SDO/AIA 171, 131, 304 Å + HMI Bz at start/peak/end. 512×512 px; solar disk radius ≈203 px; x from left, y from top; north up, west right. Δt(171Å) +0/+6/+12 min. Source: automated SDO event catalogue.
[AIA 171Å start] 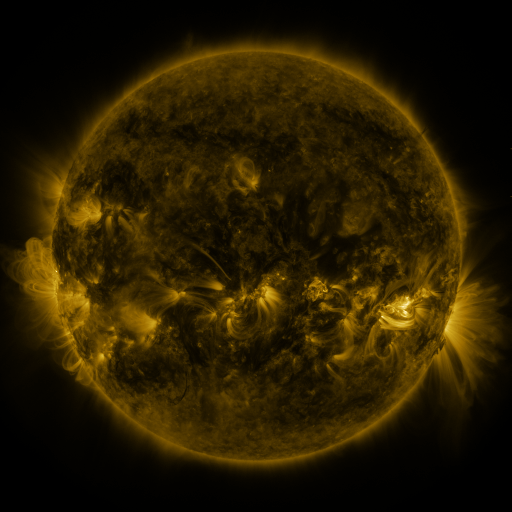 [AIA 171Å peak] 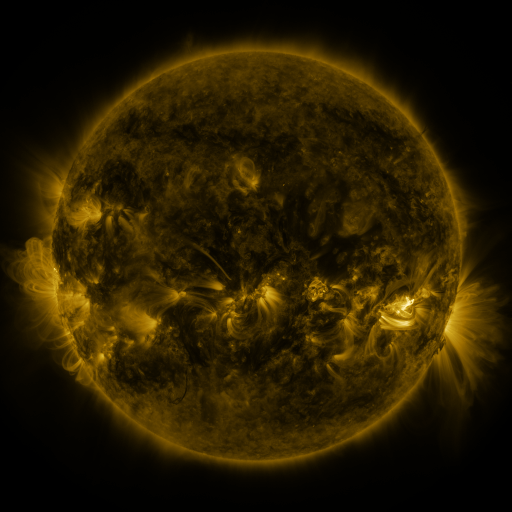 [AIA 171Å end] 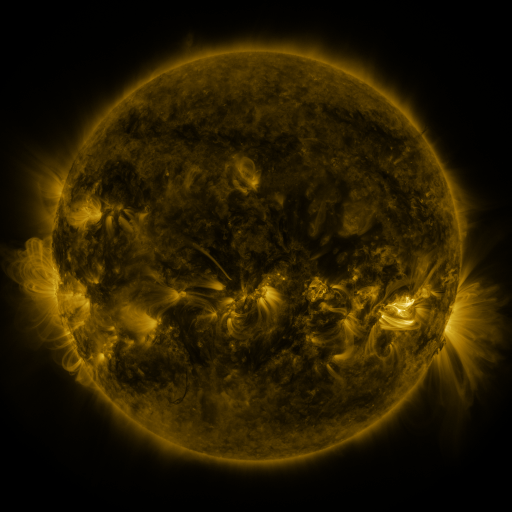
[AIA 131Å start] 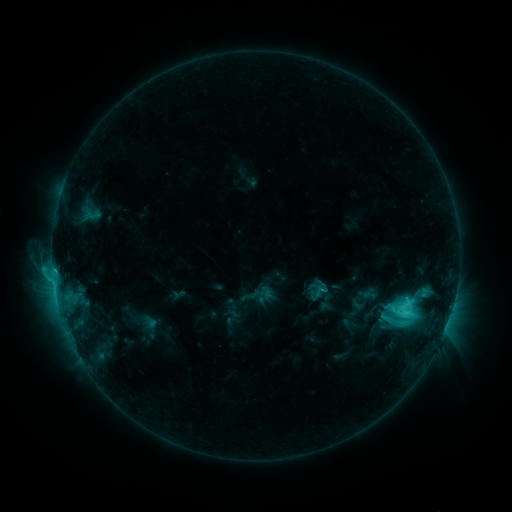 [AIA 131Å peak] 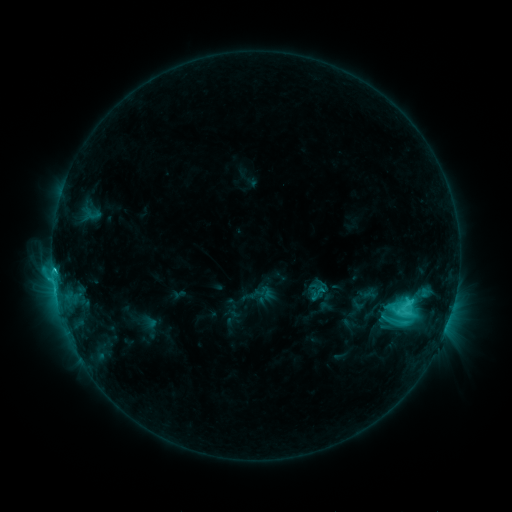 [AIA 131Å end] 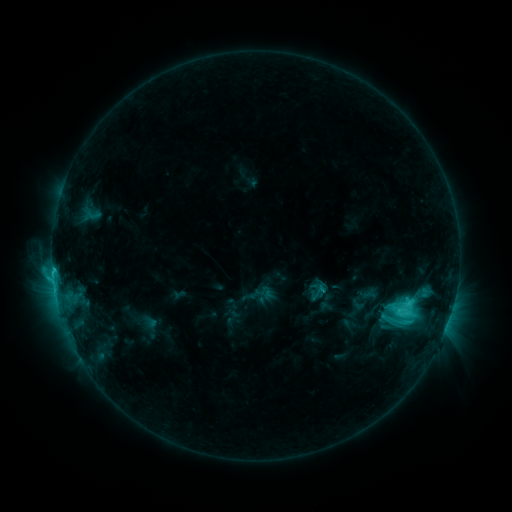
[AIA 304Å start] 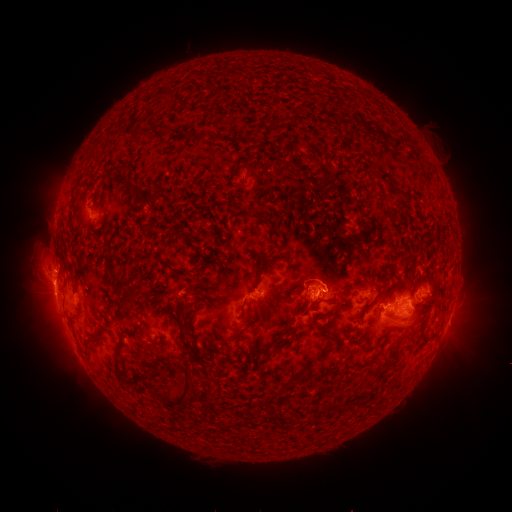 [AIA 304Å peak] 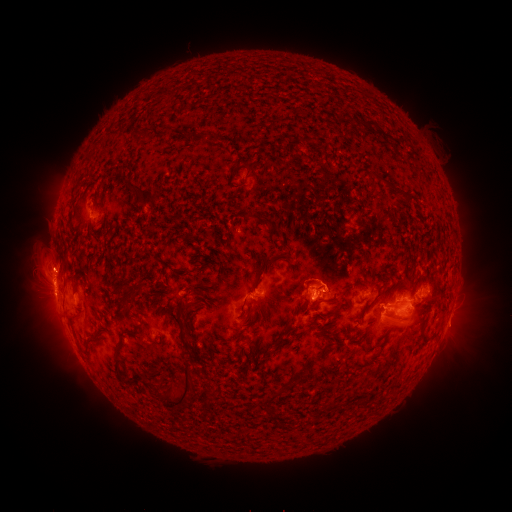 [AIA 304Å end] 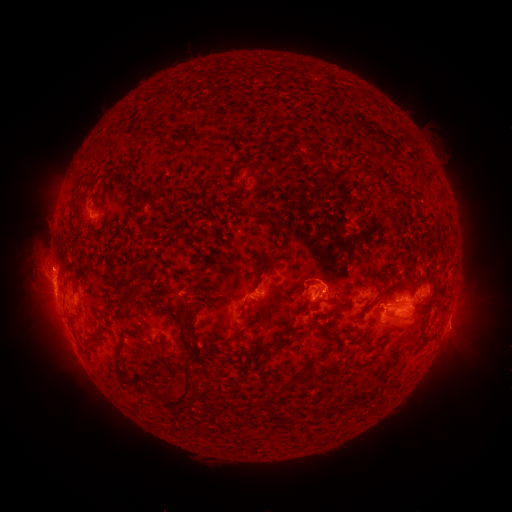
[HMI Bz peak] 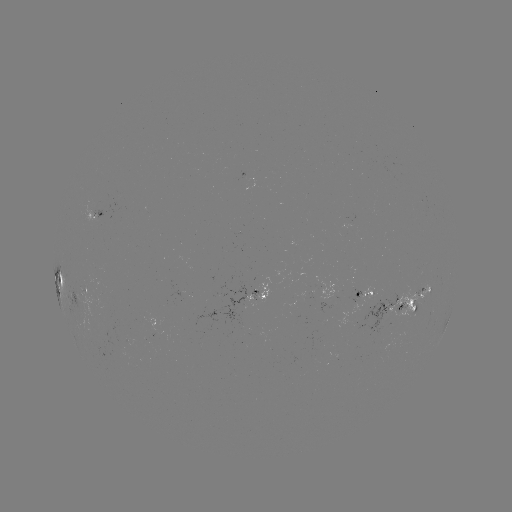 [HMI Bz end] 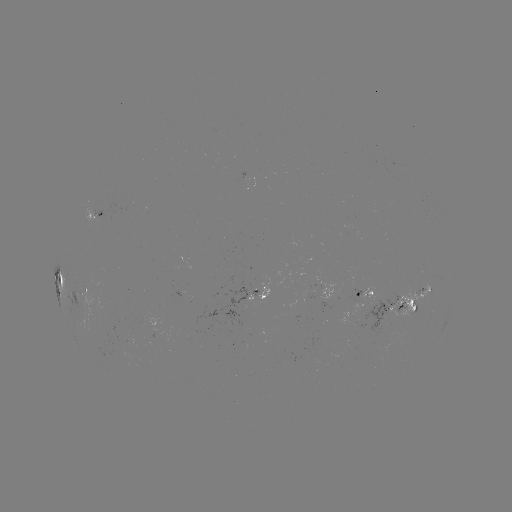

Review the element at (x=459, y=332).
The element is eruption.